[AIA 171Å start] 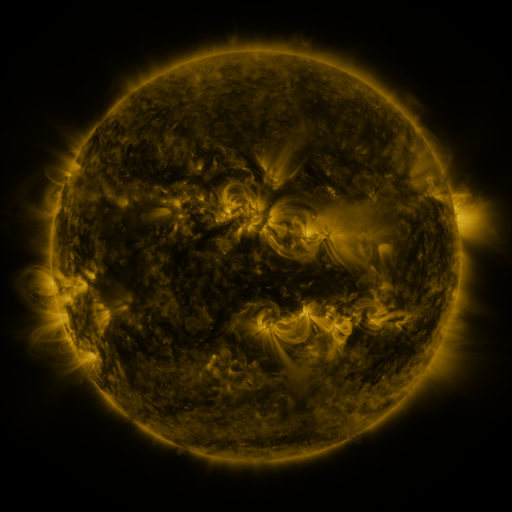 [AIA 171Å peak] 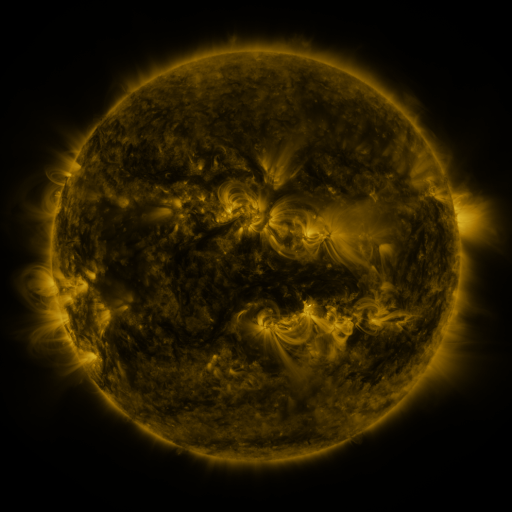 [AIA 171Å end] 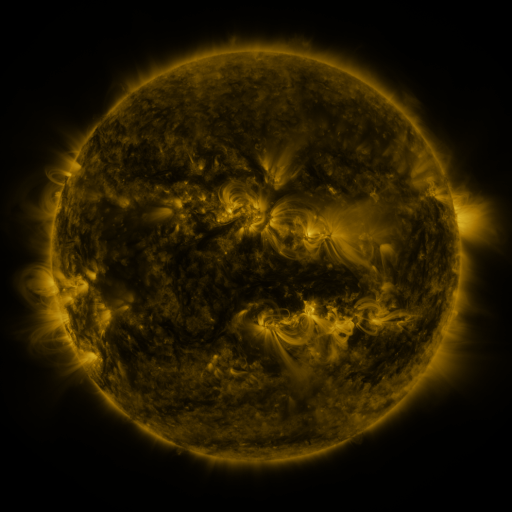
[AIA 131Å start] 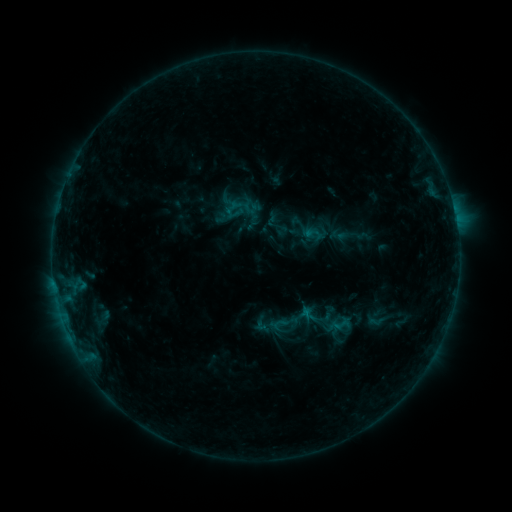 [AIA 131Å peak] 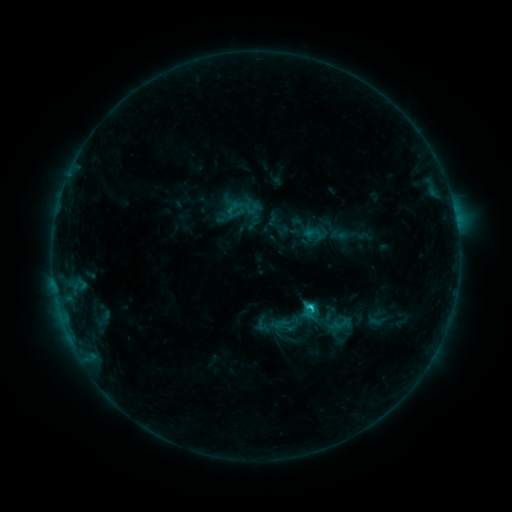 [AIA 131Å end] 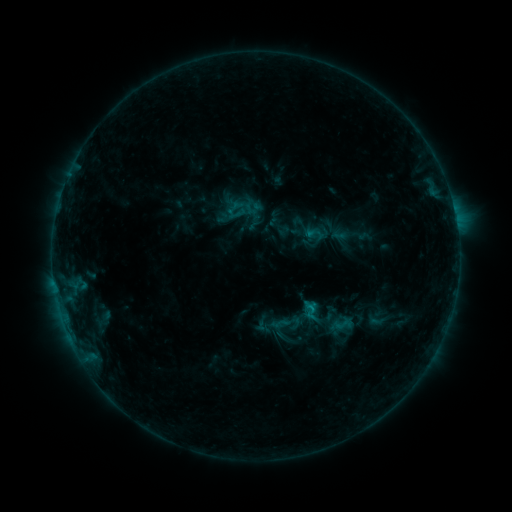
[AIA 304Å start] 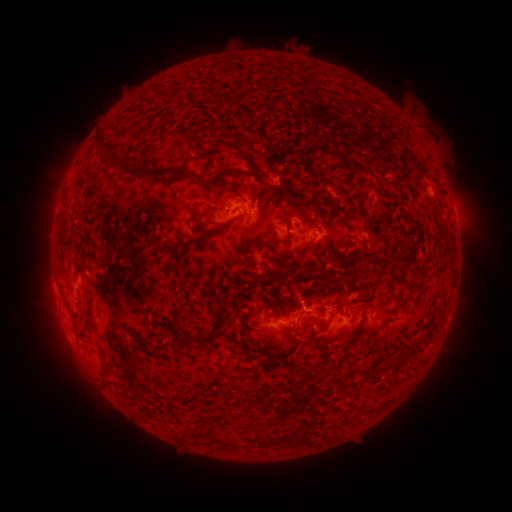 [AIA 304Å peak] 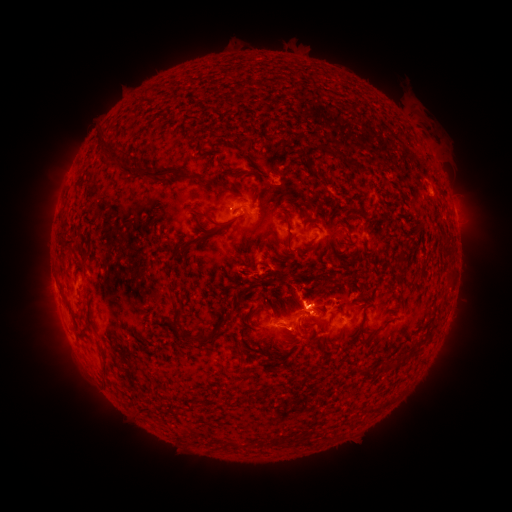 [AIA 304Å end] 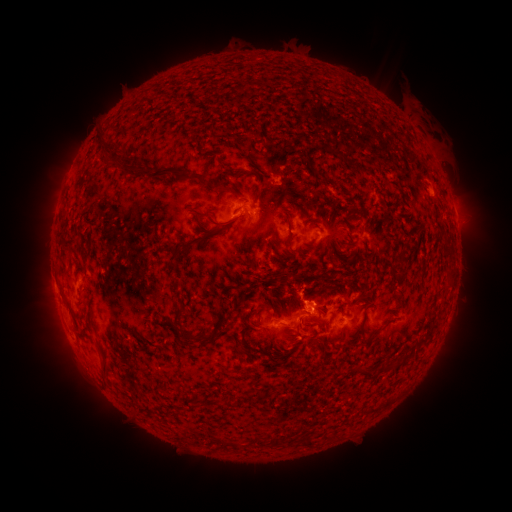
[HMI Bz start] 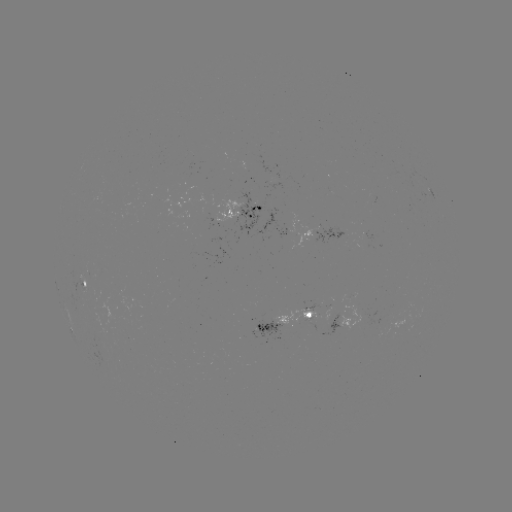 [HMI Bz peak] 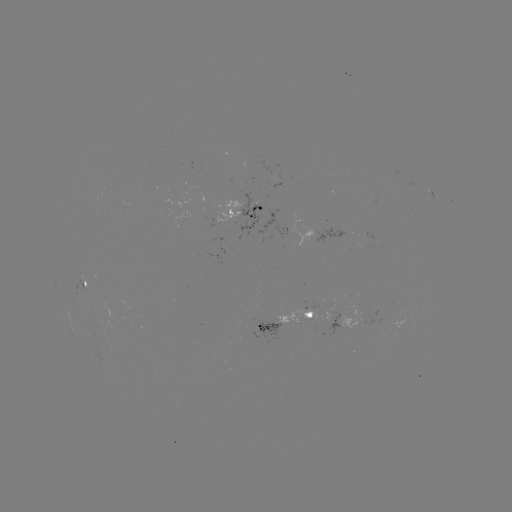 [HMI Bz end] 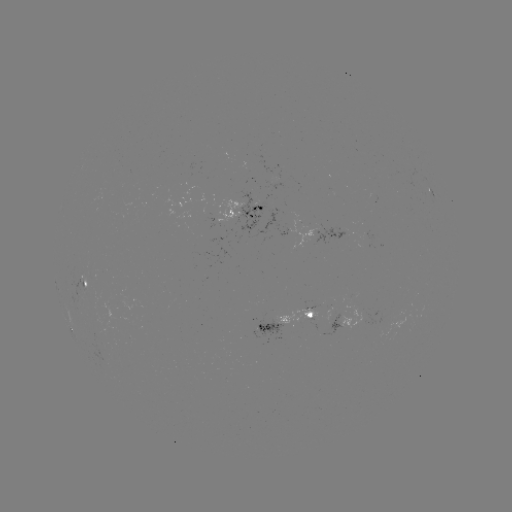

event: flare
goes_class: C1.3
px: (310, 304)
